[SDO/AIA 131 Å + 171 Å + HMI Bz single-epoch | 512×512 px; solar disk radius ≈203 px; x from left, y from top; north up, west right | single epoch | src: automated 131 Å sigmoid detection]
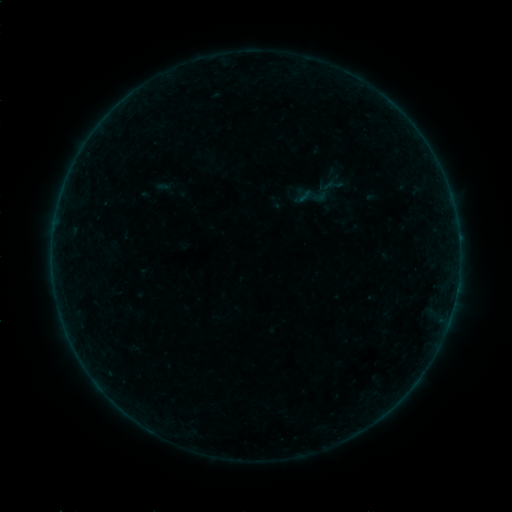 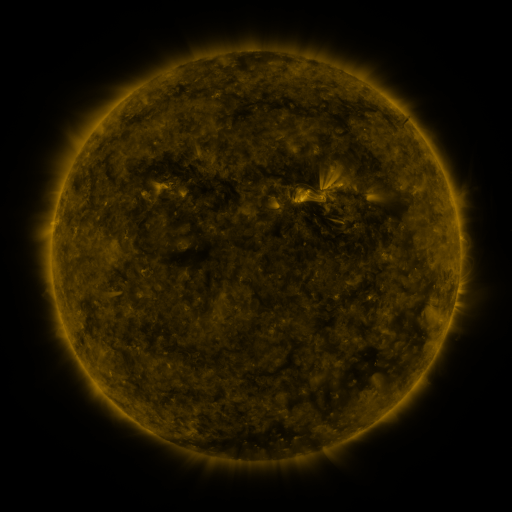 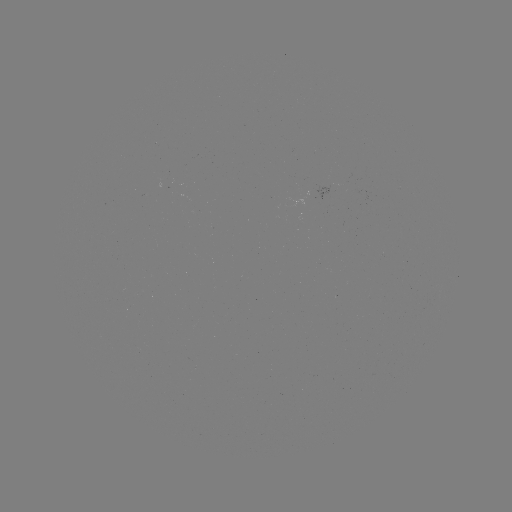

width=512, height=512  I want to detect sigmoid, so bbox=[325, 175, 348, 194].